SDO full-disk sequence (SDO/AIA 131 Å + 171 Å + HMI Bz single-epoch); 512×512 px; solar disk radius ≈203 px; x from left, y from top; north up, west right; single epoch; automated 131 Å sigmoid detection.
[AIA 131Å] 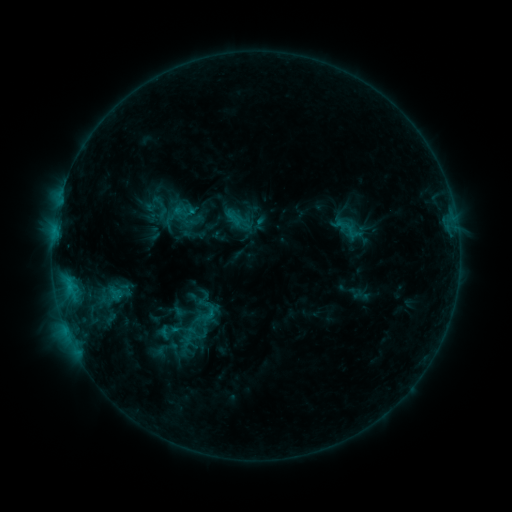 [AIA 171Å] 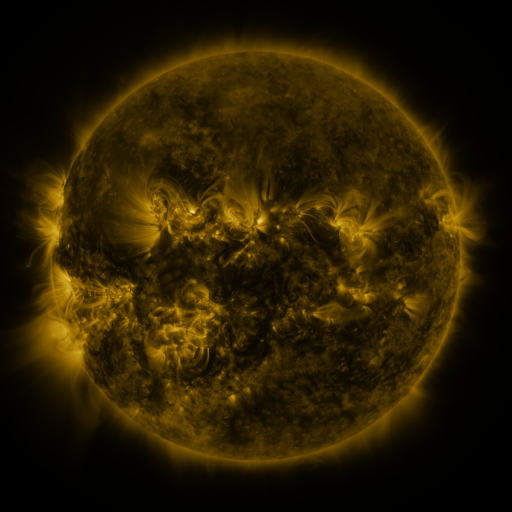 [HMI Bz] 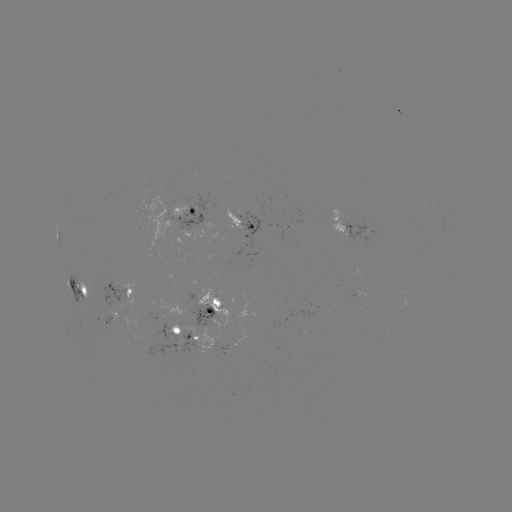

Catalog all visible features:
sigmoid: (233, 218)
sigmoid: (168, 331)
